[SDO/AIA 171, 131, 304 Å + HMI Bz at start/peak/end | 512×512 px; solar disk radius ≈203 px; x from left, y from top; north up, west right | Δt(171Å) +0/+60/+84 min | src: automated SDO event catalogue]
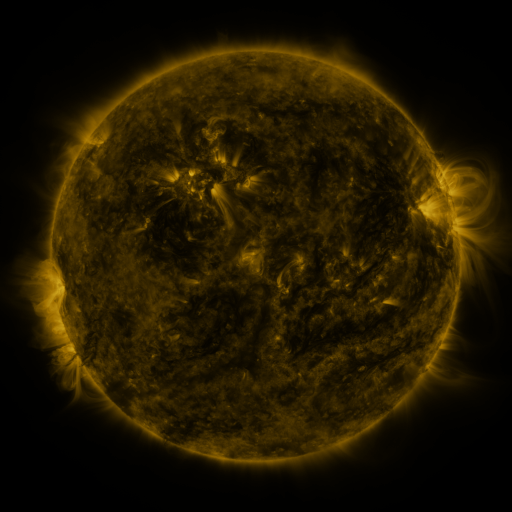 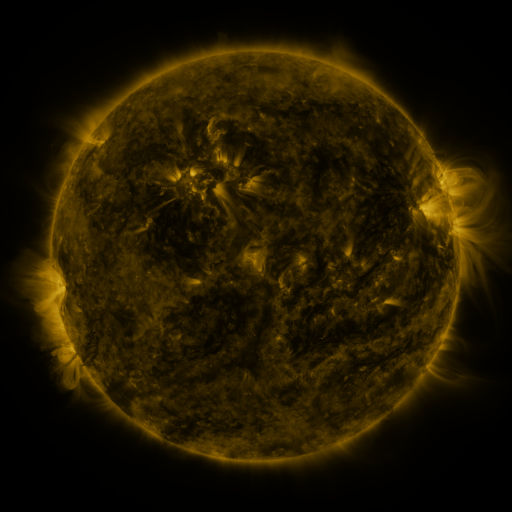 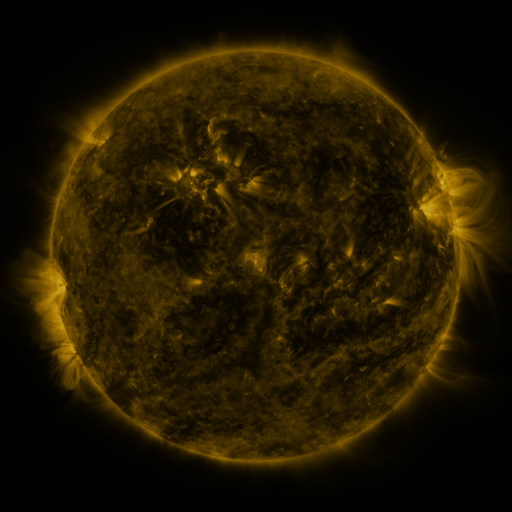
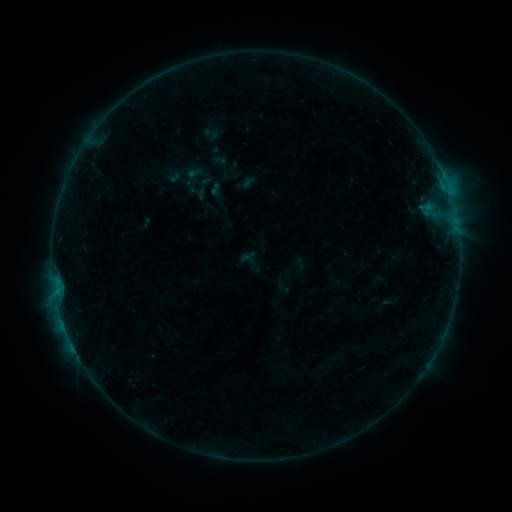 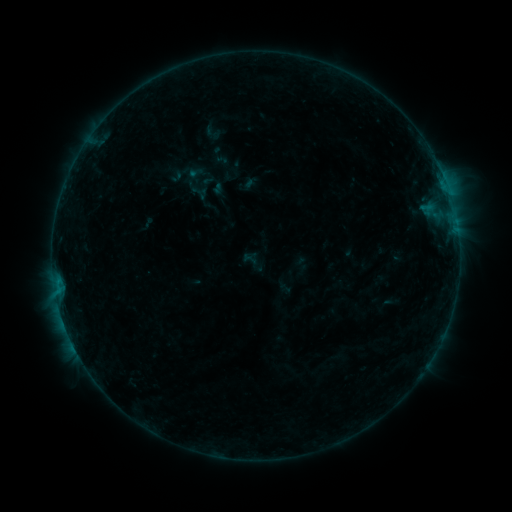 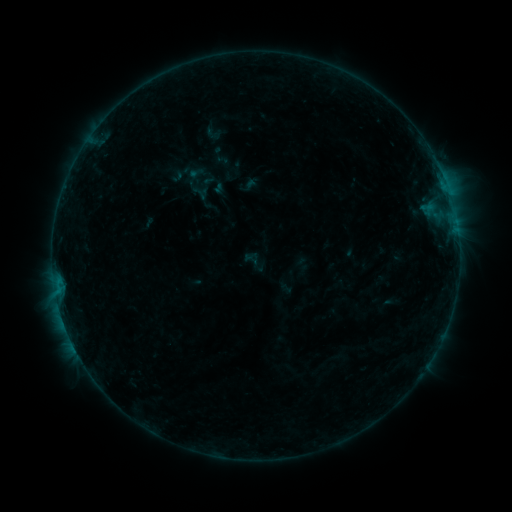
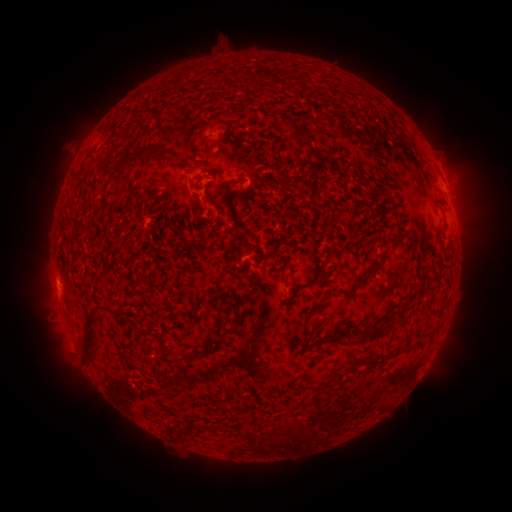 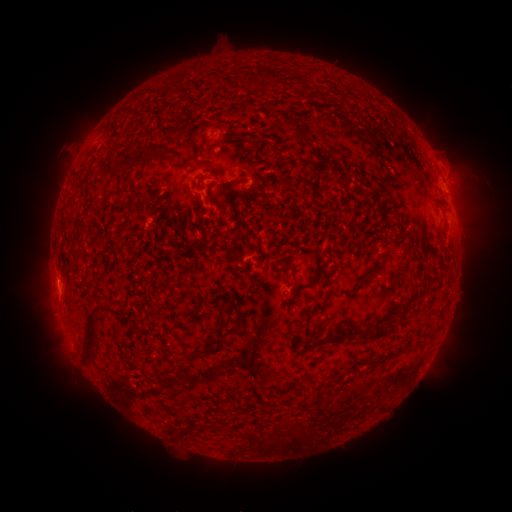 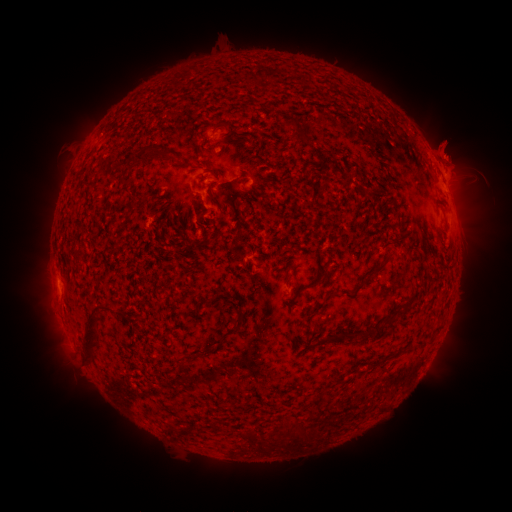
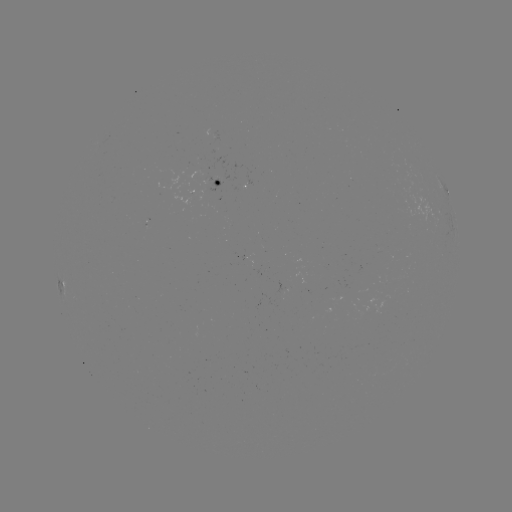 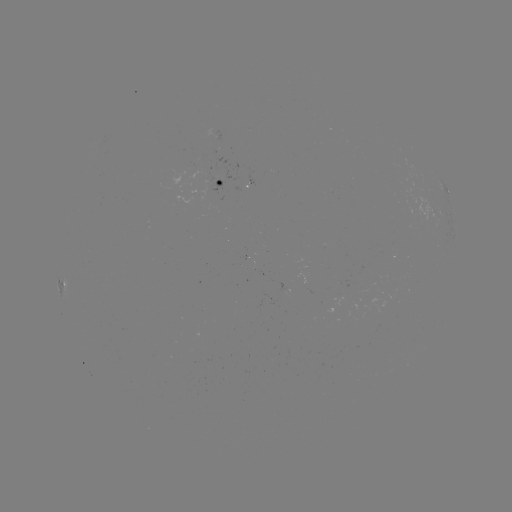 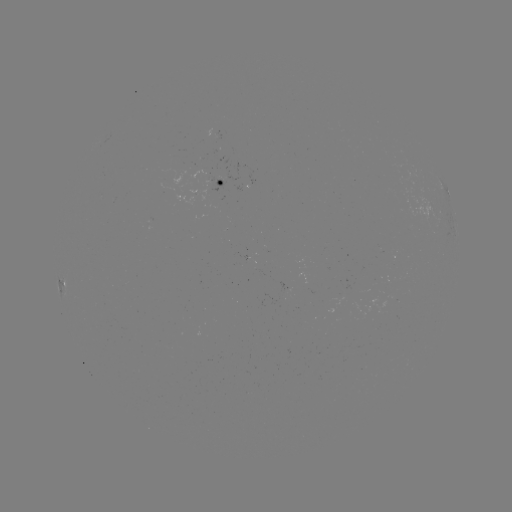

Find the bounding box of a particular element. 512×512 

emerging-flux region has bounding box [216, 172, 239, 182].